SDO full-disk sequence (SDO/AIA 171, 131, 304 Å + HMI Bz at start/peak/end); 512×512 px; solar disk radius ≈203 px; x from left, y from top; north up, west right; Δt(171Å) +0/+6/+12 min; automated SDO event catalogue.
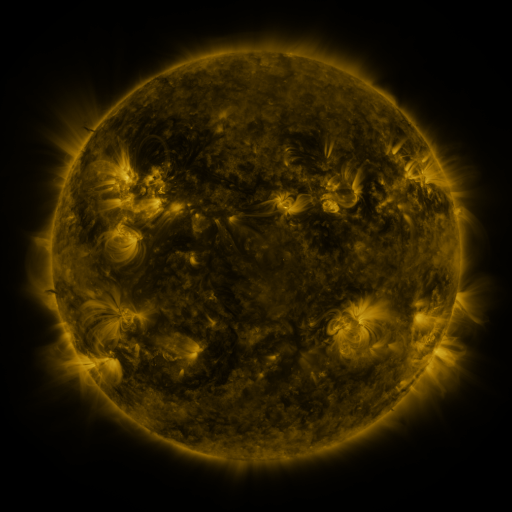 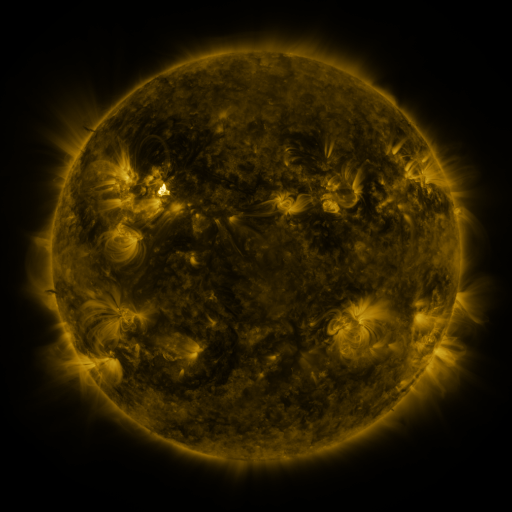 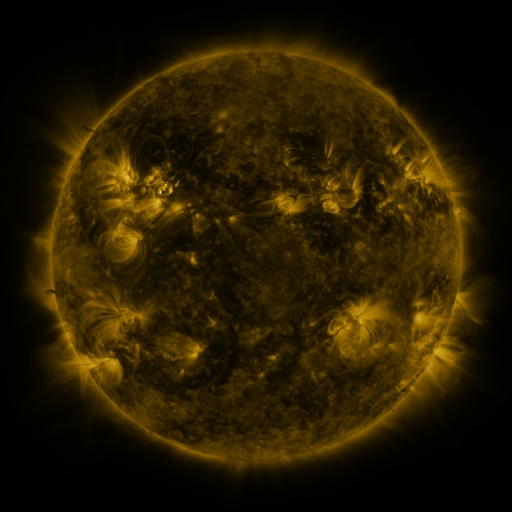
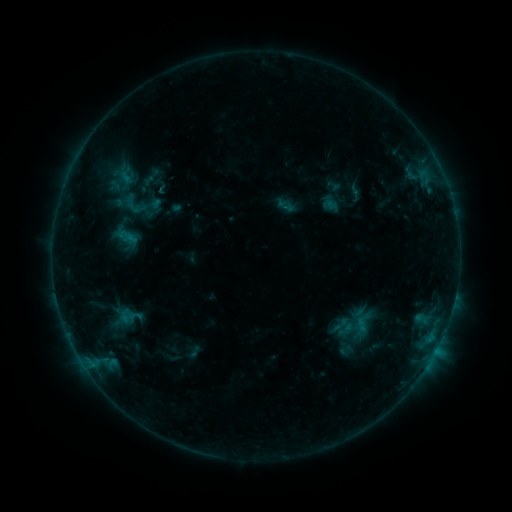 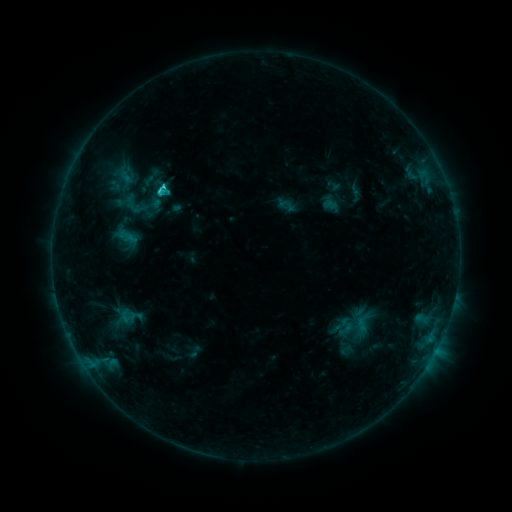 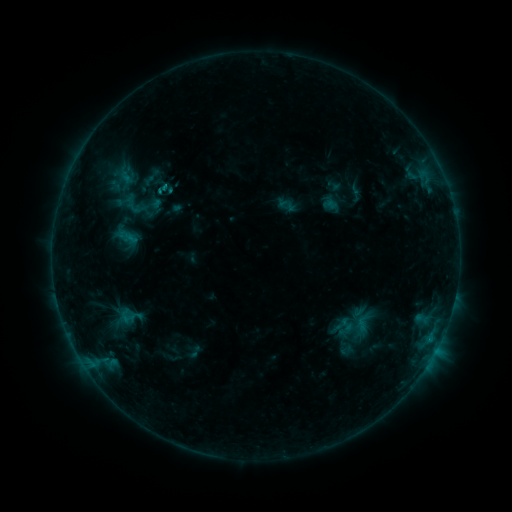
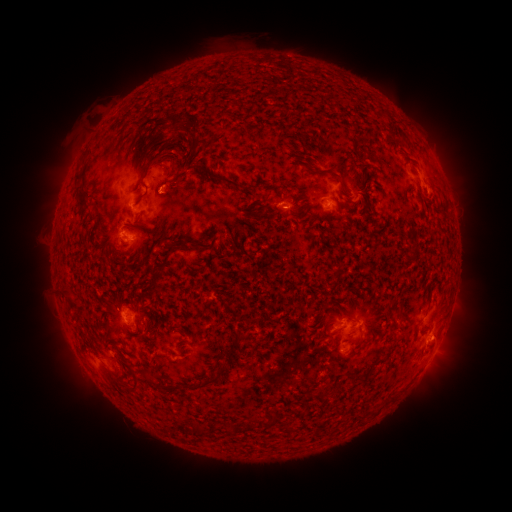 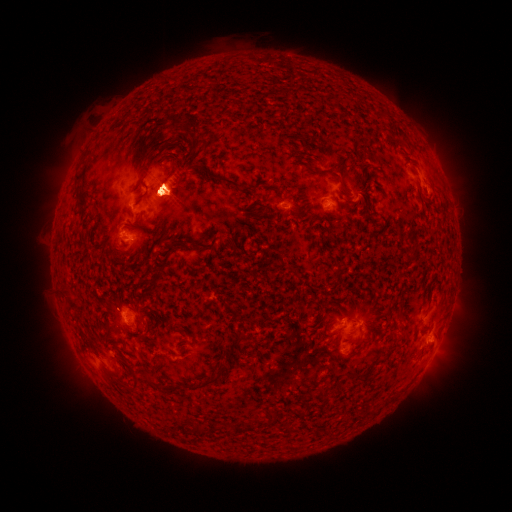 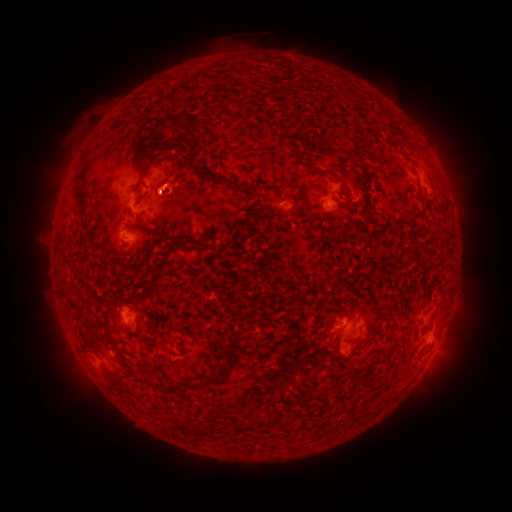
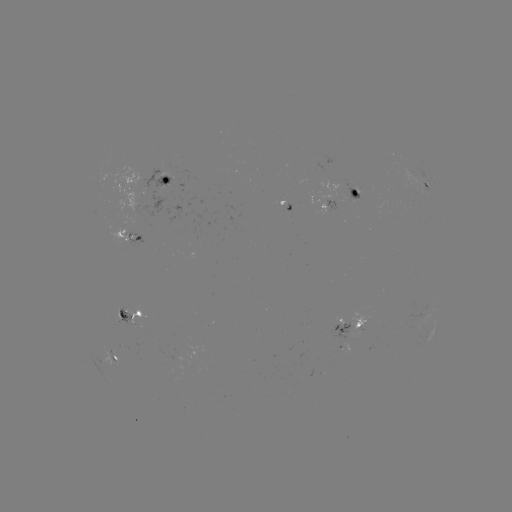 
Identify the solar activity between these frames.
C1.2 flare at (162, 193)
